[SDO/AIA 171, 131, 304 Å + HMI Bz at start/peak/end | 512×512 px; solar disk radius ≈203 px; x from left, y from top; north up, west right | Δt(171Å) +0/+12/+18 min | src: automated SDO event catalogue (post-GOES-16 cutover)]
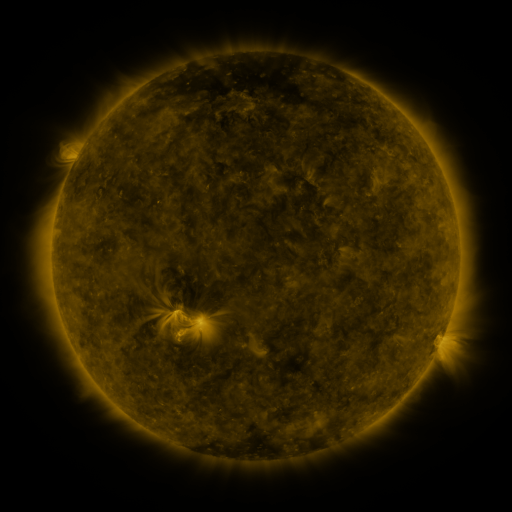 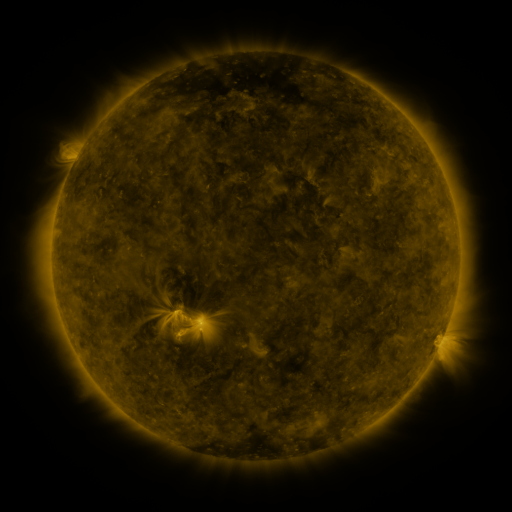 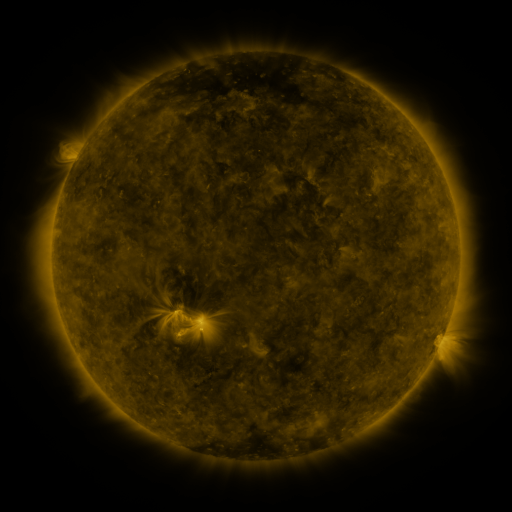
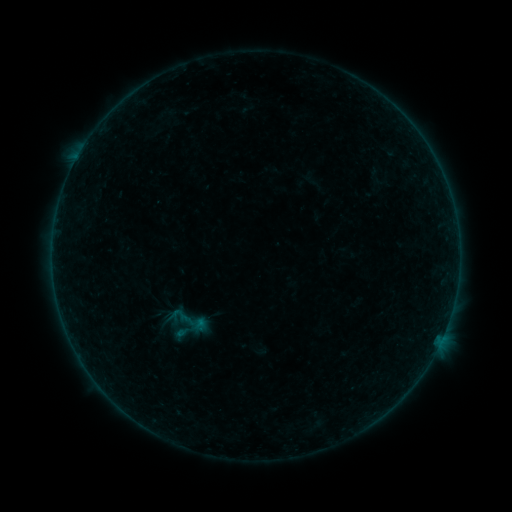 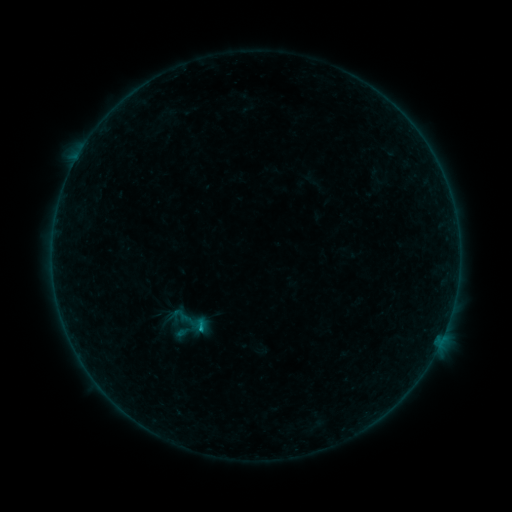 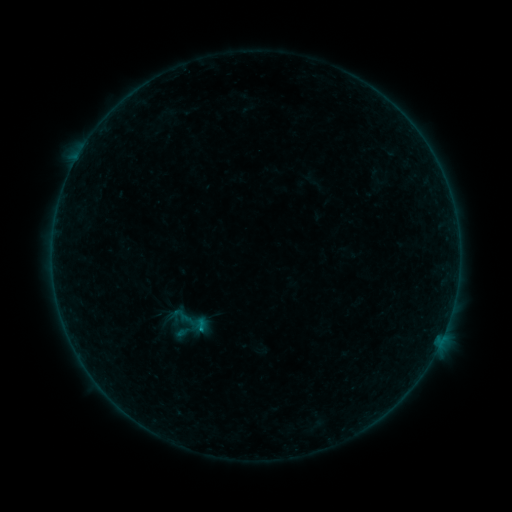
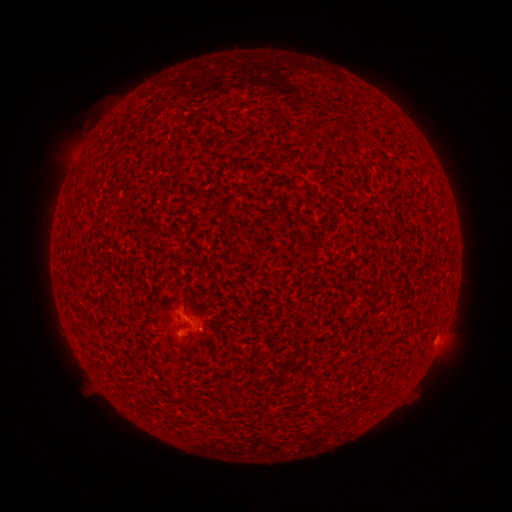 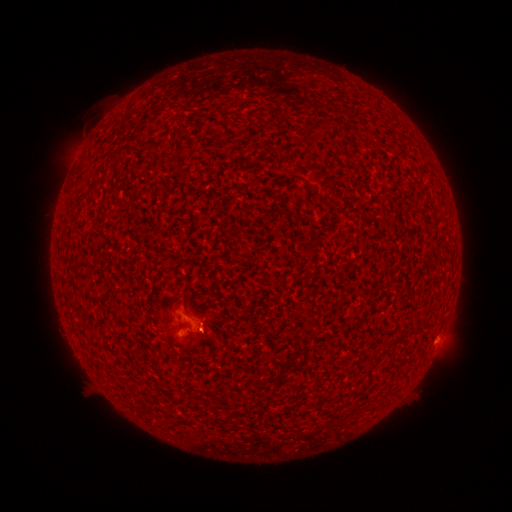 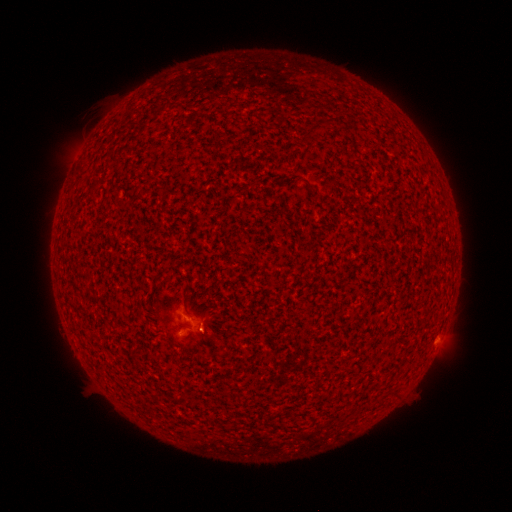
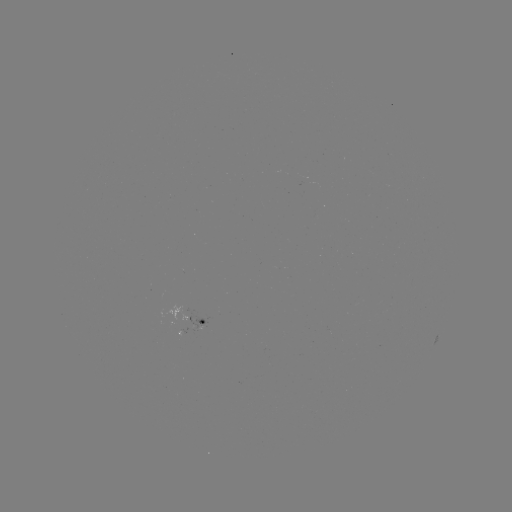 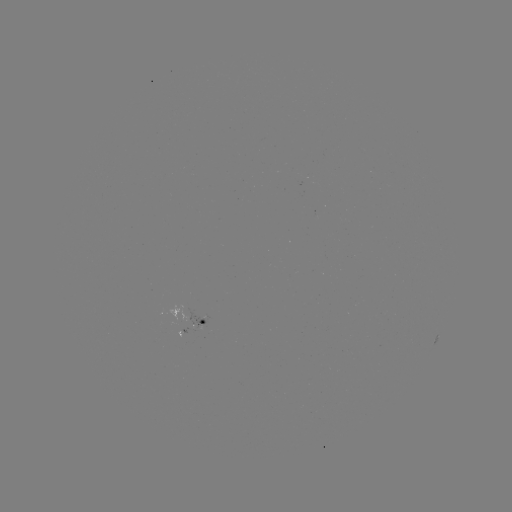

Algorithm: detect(B4.0 flare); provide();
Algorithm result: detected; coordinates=(201, 326)